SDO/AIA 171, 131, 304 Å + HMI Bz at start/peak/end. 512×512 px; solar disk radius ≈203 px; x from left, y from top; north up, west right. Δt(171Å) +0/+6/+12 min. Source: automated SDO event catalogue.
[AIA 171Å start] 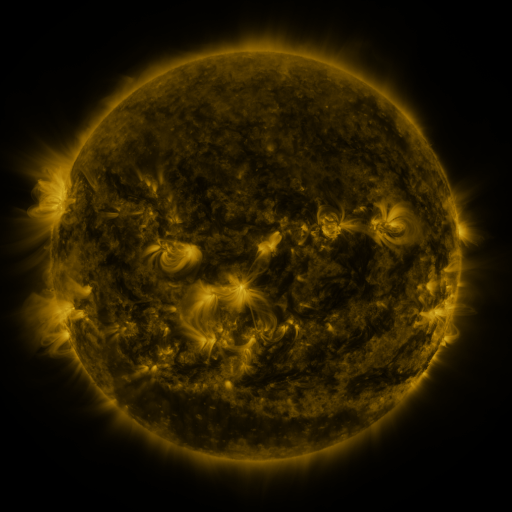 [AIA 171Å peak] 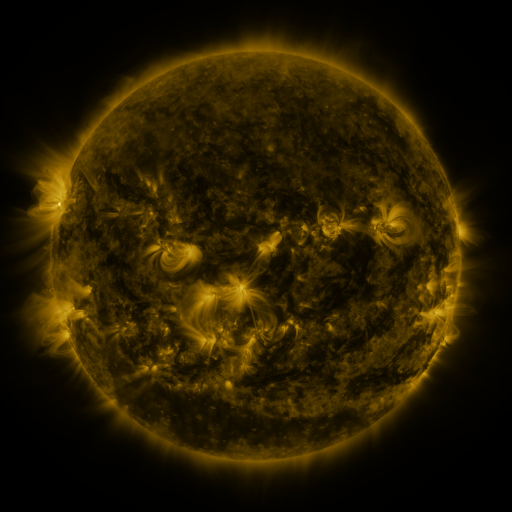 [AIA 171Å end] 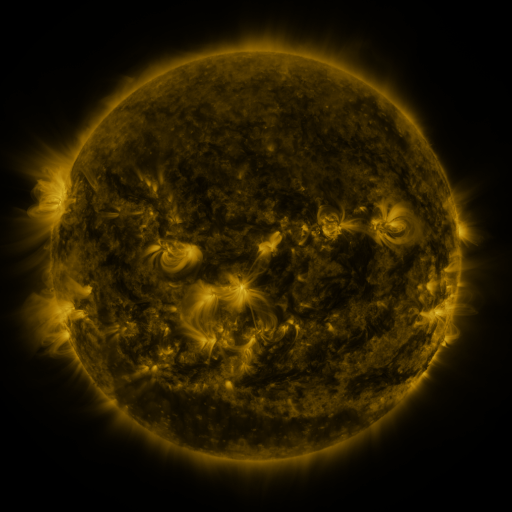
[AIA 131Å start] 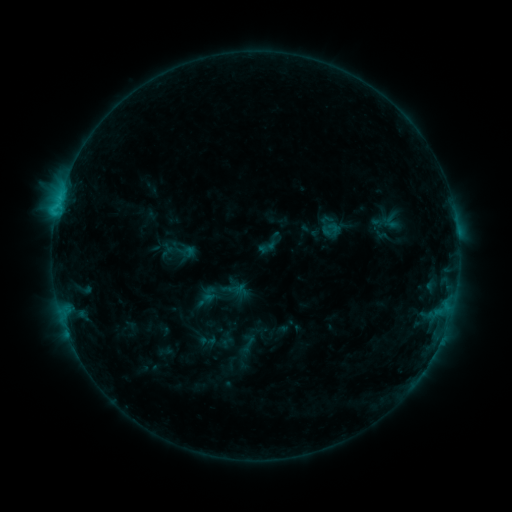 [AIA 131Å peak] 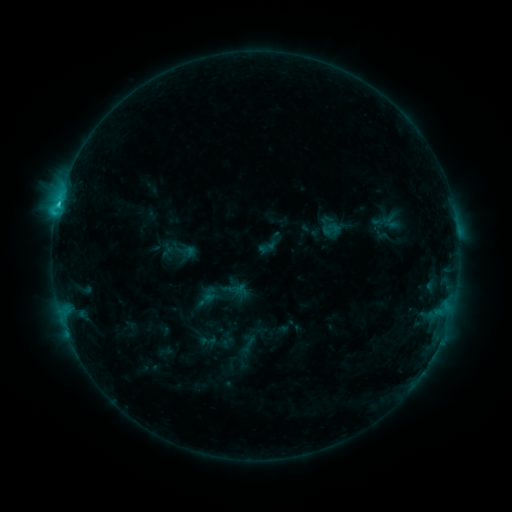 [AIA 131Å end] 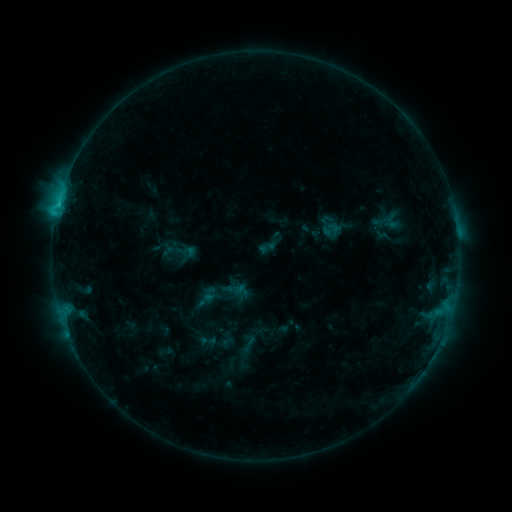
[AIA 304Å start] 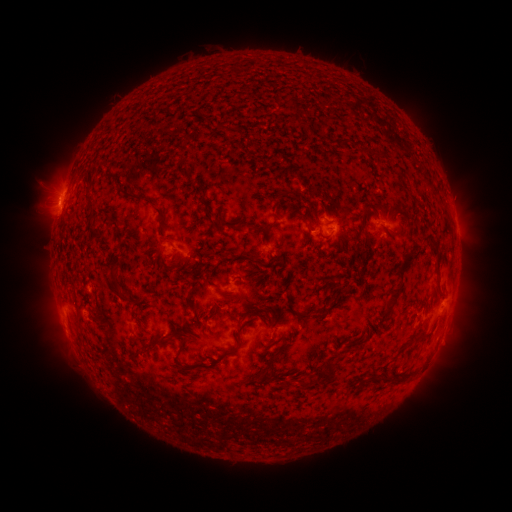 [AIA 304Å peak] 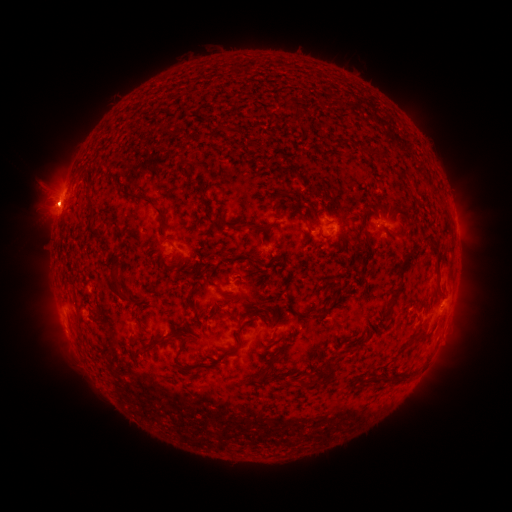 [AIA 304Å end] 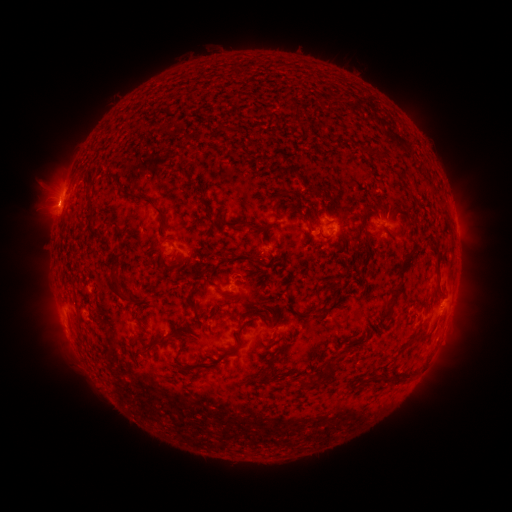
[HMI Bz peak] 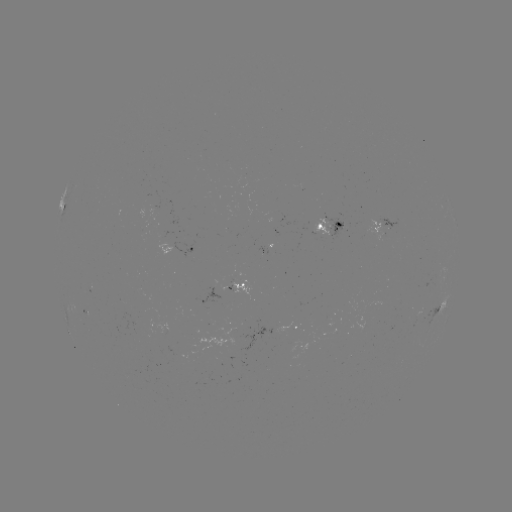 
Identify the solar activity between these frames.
C1.5 flare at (58, 207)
